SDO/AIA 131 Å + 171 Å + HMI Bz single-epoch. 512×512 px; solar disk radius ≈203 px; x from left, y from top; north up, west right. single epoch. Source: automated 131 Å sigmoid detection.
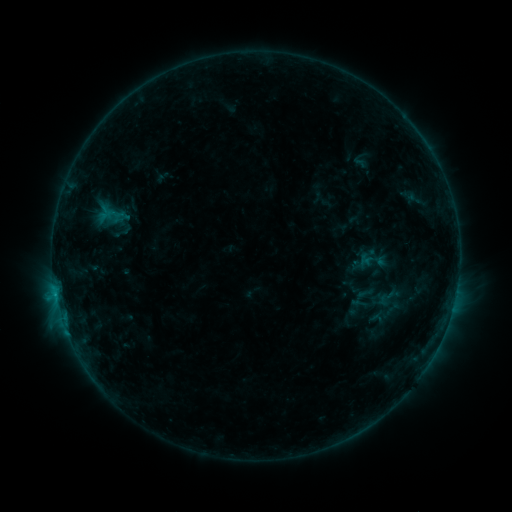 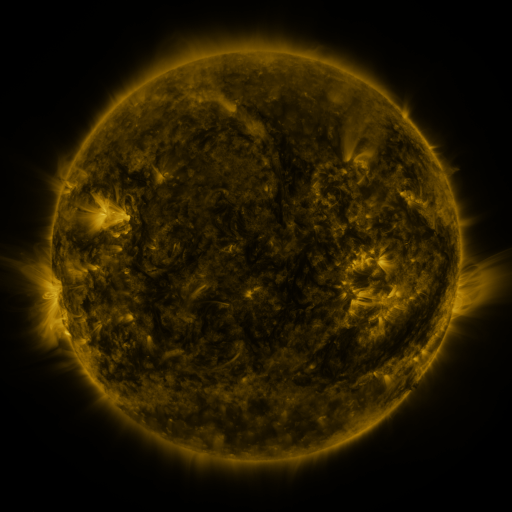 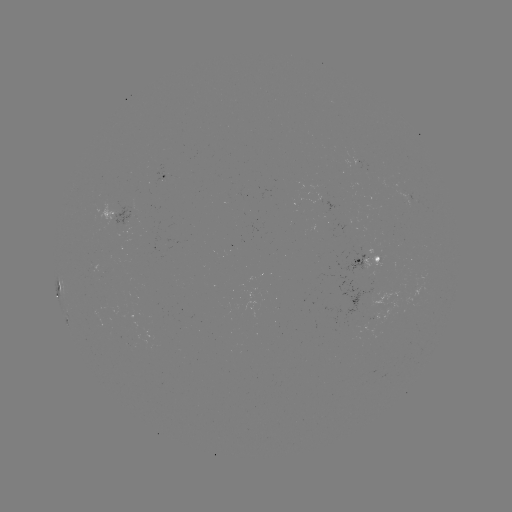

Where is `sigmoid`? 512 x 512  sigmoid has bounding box [110, 220, 133, 243].